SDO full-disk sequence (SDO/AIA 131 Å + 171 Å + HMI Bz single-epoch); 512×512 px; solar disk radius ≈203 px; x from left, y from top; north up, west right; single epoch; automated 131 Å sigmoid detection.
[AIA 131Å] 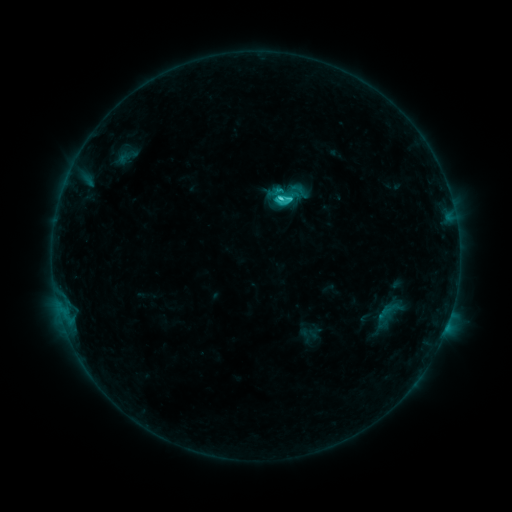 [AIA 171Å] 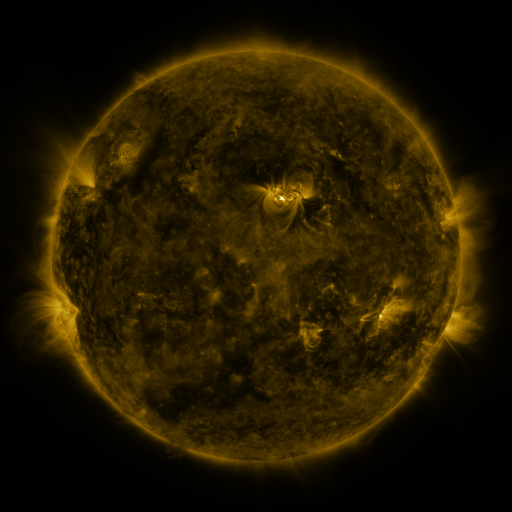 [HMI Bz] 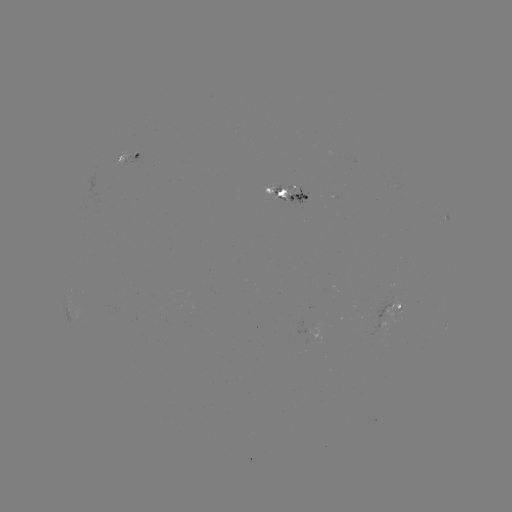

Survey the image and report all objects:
sigmoid: (288, 194)
